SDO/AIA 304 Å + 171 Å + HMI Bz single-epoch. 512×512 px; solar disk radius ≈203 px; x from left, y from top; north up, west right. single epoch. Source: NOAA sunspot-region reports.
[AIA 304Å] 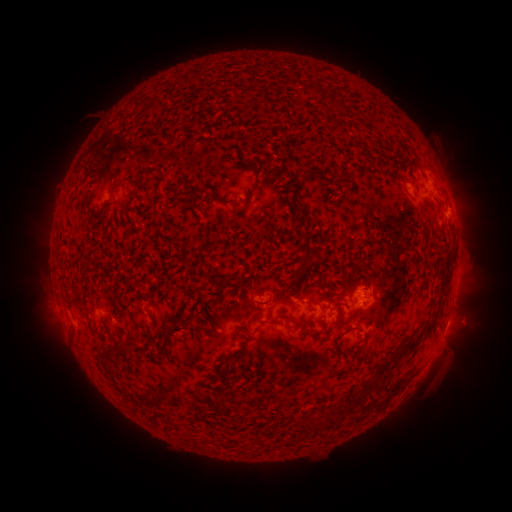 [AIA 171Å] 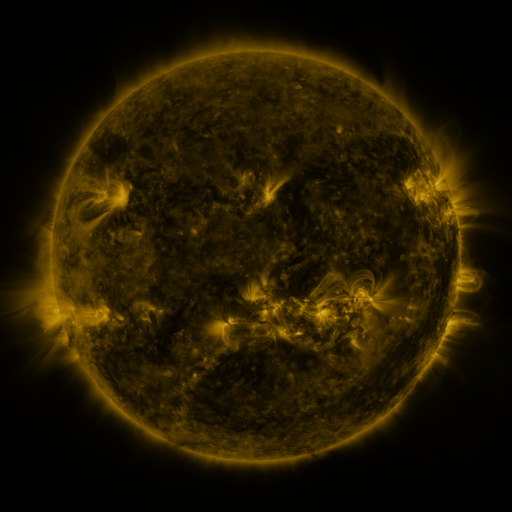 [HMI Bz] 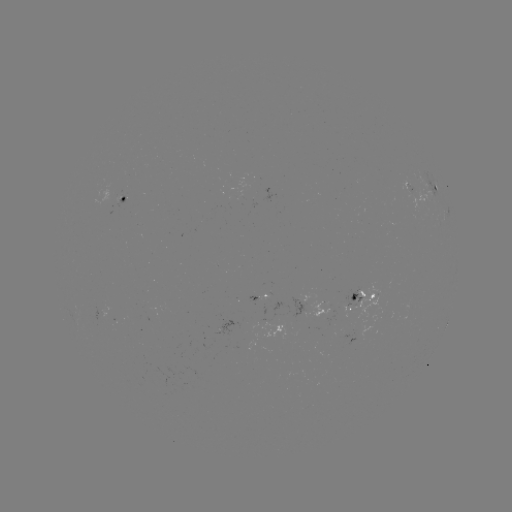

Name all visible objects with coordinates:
spotted active region: (430, 193)
spotted active region: (122, 199)
spotted active region: (259, 299)
spotted active region: (362, 303)
spotted active region: (442, 336)
